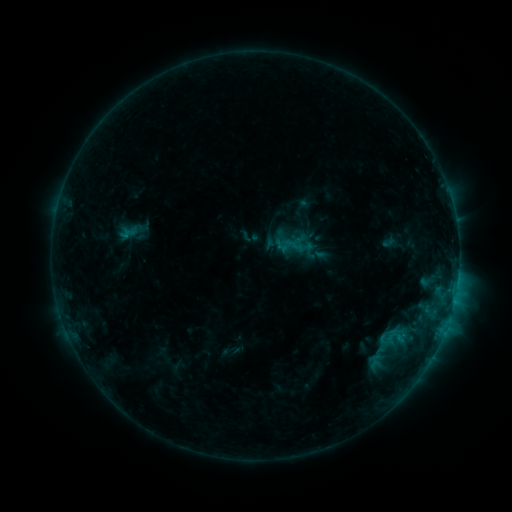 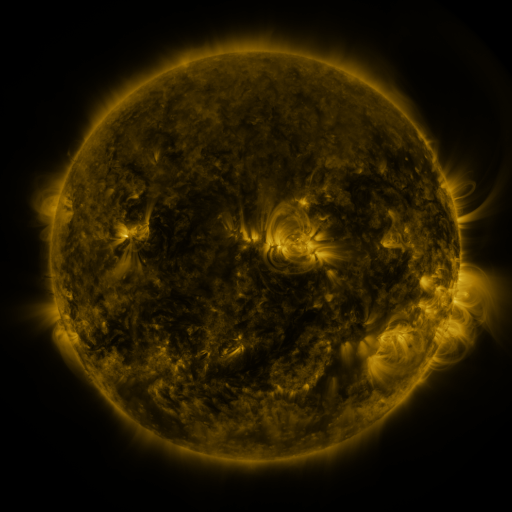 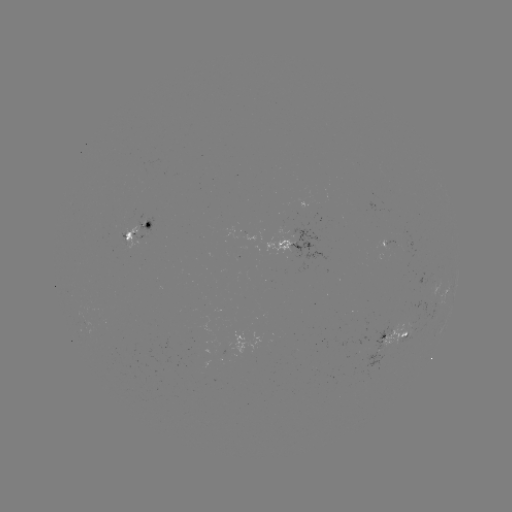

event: sigmoid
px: (391, 348)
